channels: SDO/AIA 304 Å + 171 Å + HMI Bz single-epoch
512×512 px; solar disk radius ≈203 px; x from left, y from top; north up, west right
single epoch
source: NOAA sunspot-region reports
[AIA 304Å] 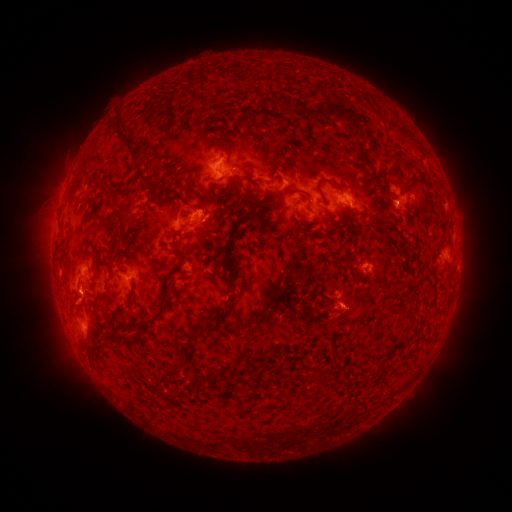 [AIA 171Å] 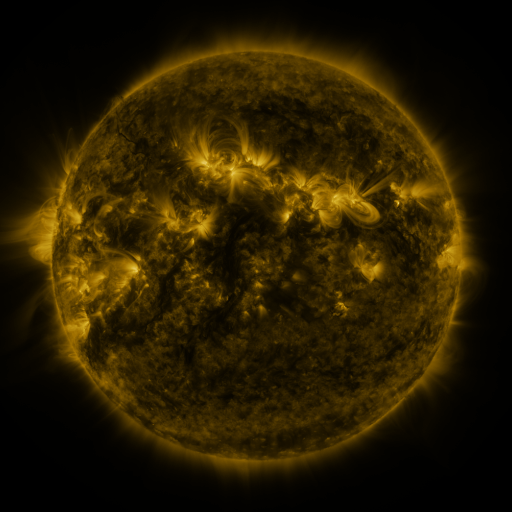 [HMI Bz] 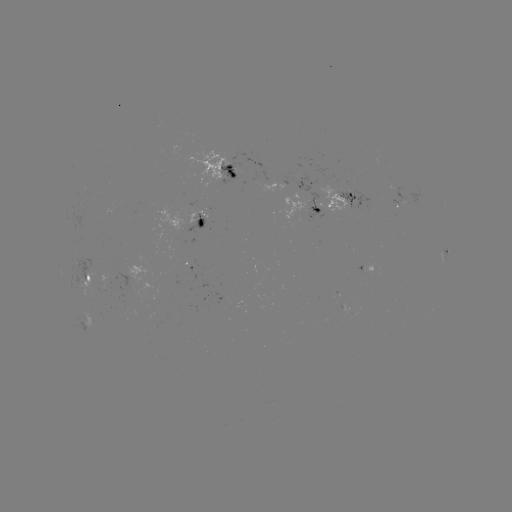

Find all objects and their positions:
spotted active region: (229, 172)
spotted active region: (310, 185)
spotted active region: (405, 188)
spotted active region: (331, 200)
spotted active region: (193, 220)
spotted active region: (445, 256)
spotted active region: (87, 277)
